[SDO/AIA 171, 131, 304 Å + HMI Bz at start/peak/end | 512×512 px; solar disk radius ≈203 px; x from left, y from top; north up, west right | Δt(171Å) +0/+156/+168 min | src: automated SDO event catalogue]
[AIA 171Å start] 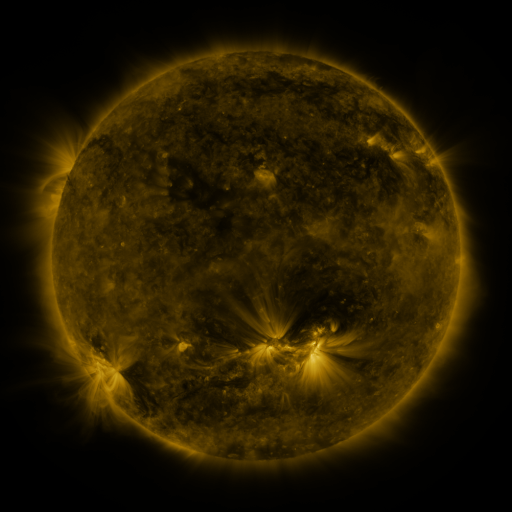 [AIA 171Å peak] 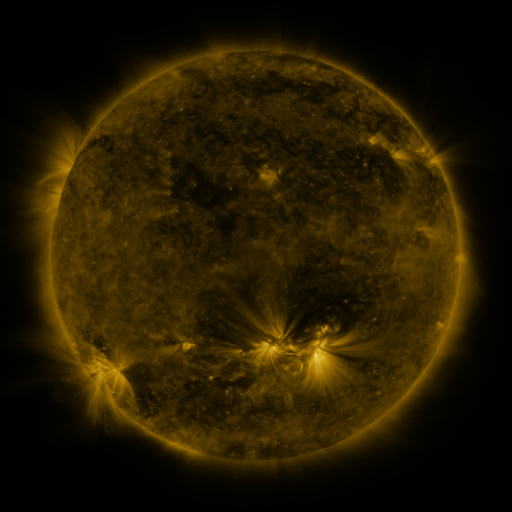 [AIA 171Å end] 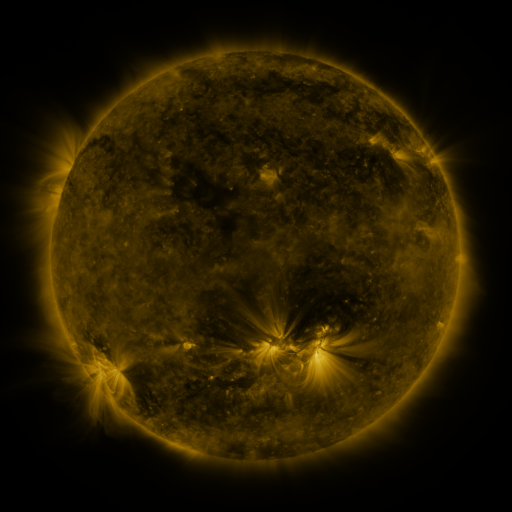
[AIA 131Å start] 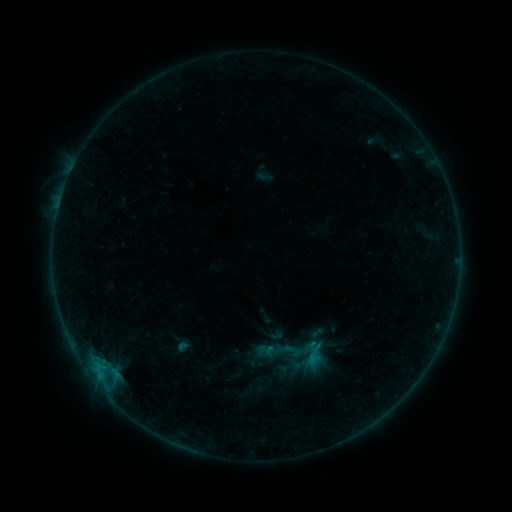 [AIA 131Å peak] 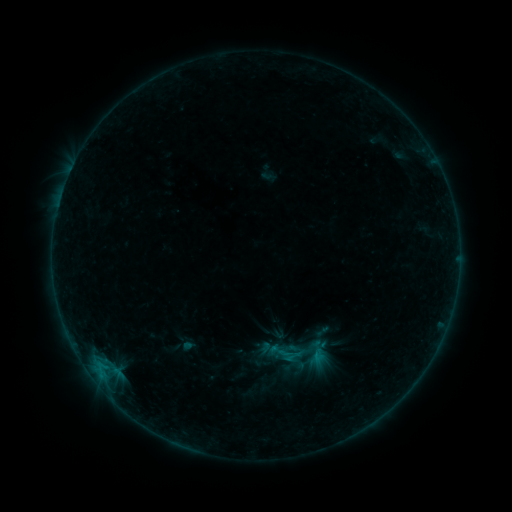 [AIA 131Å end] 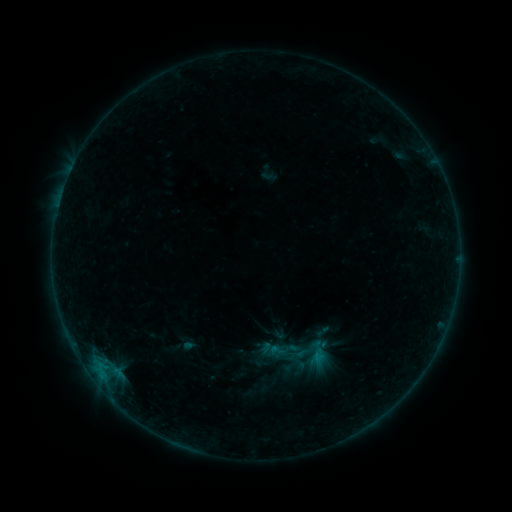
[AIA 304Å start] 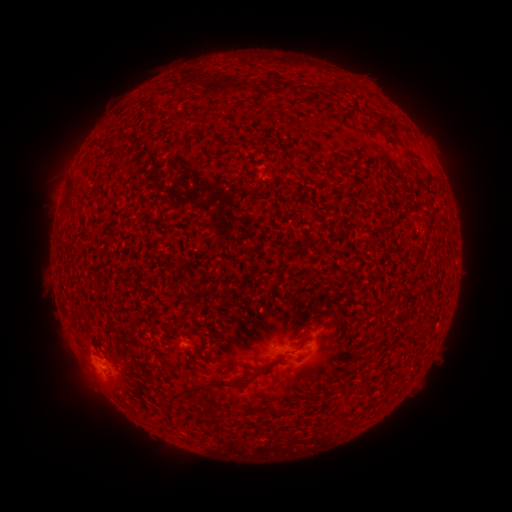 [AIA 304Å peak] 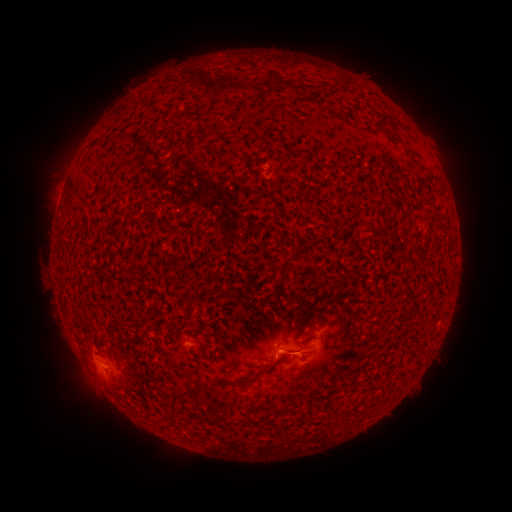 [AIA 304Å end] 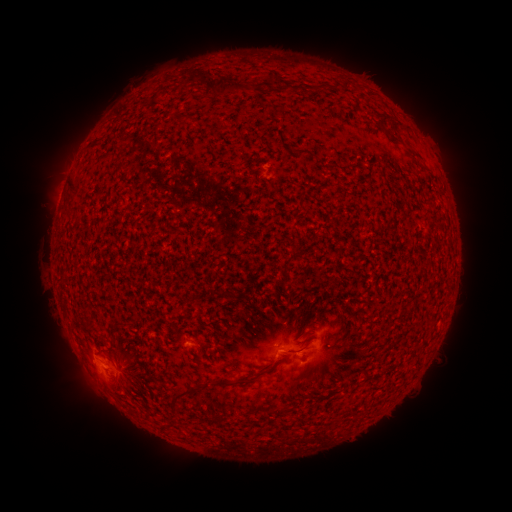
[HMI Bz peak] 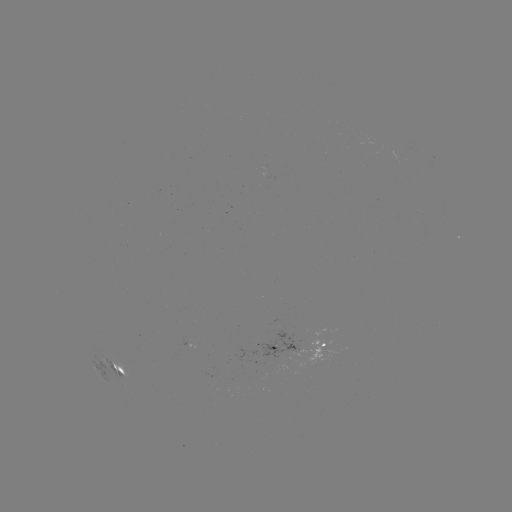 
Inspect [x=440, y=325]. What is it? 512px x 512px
B4.2 flare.